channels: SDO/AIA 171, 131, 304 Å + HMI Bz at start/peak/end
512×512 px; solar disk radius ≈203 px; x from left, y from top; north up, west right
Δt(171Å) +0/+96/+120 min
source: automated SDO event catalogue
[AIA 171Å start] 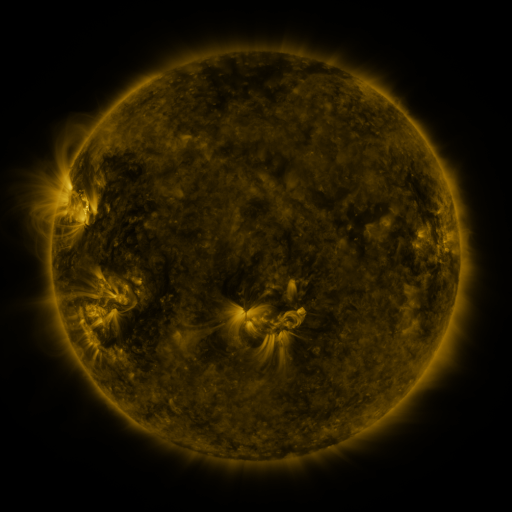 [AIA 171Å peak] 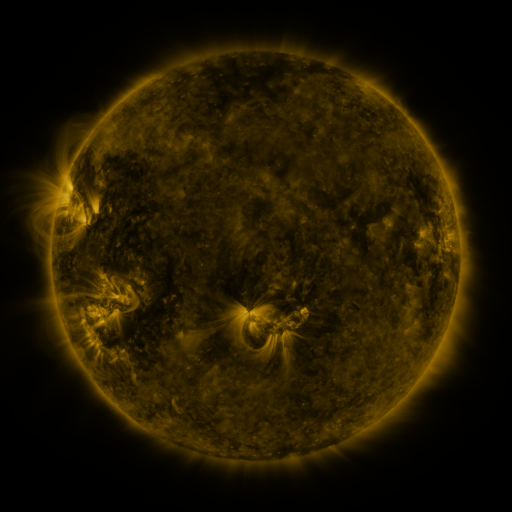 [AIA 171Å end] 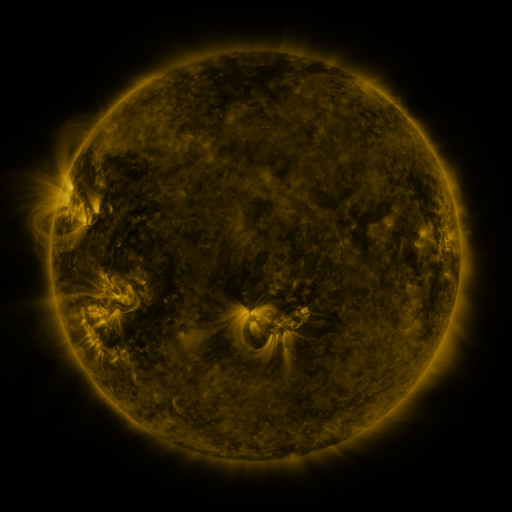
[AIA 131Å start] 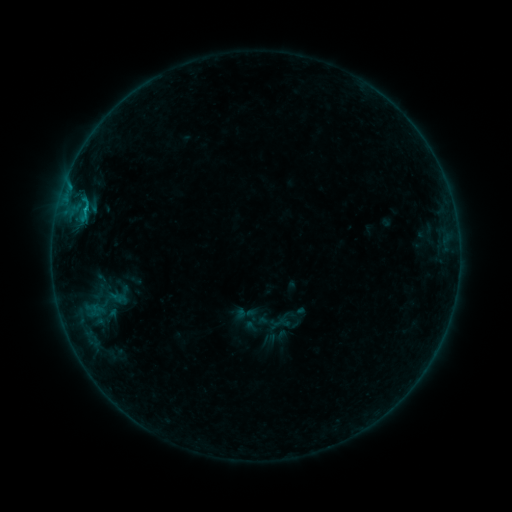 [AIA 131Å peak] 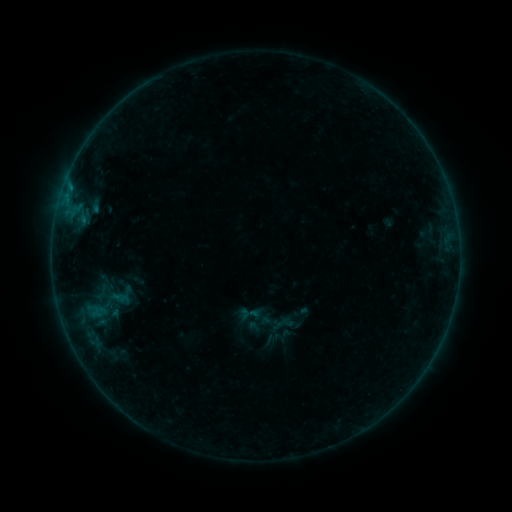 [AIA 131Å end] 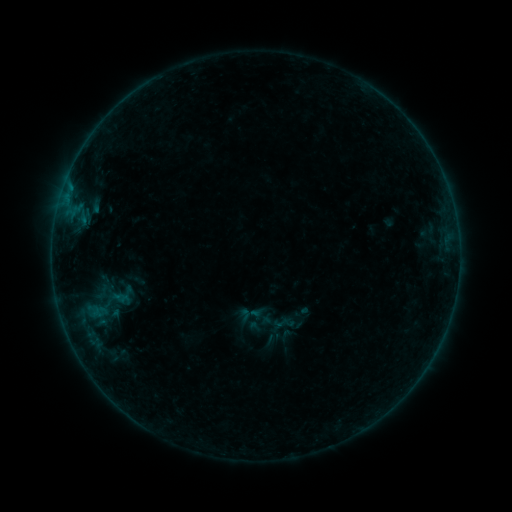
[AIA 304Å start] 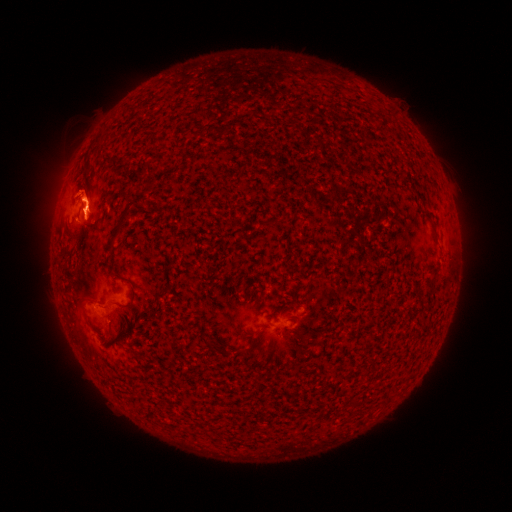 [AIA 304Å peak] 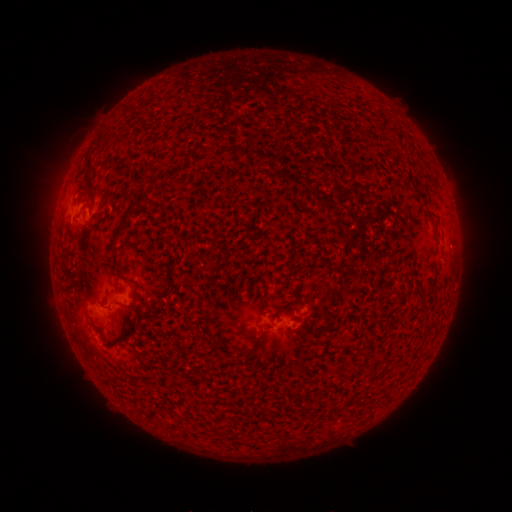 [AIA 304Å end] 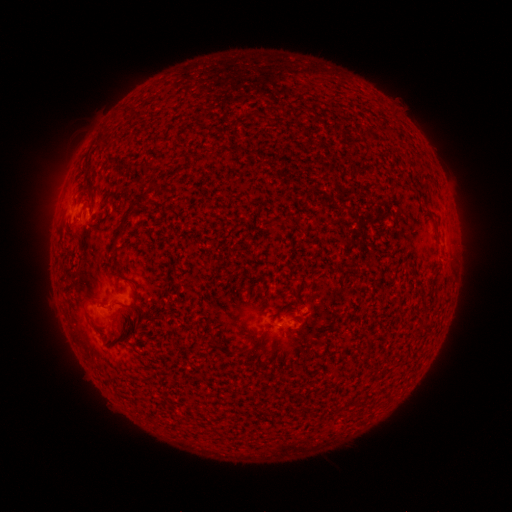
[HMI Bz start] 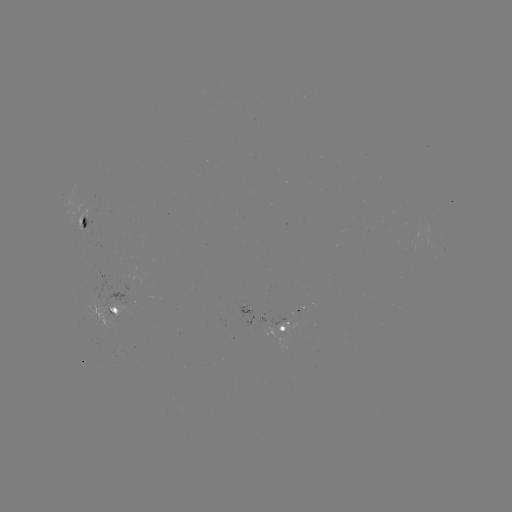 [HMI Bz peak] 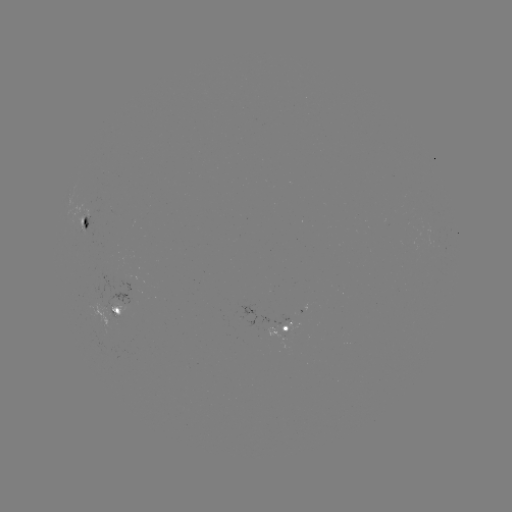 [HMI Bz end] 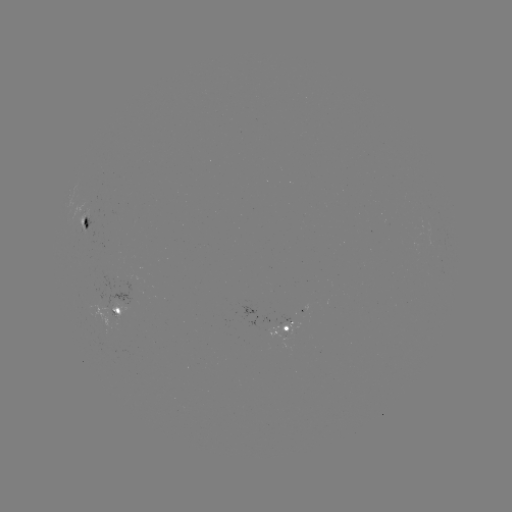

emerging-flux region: [81, 223, 93, 239]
